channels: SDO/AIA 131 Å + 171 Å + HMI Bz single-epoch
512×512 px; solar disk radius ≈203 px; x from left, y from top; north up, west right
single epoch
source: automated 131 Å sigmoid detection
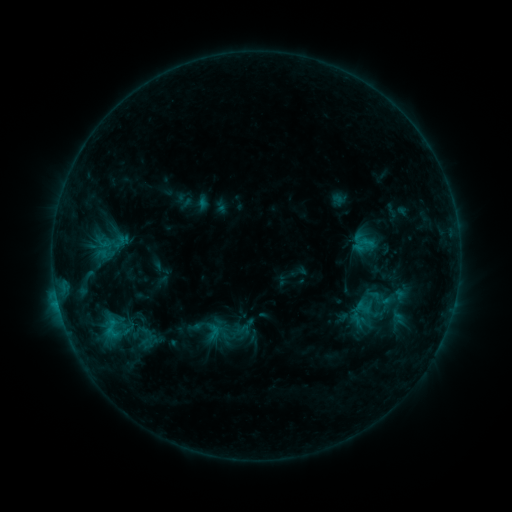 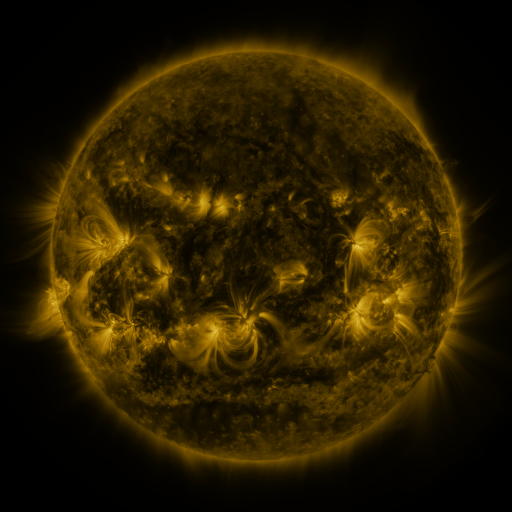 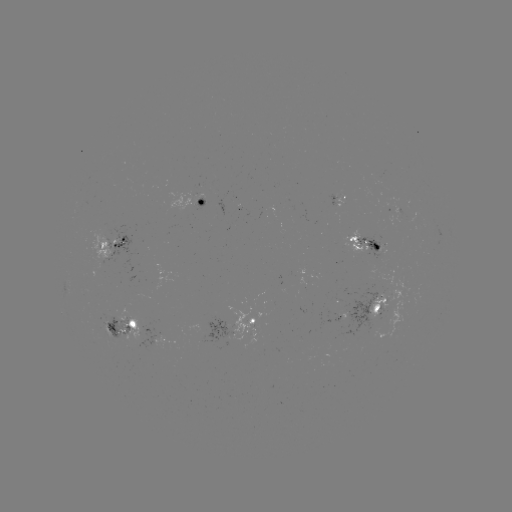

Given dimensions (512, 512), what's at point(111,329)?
sigmoid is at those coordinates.